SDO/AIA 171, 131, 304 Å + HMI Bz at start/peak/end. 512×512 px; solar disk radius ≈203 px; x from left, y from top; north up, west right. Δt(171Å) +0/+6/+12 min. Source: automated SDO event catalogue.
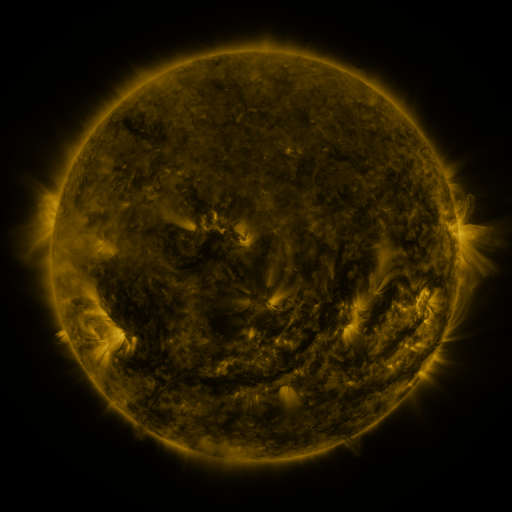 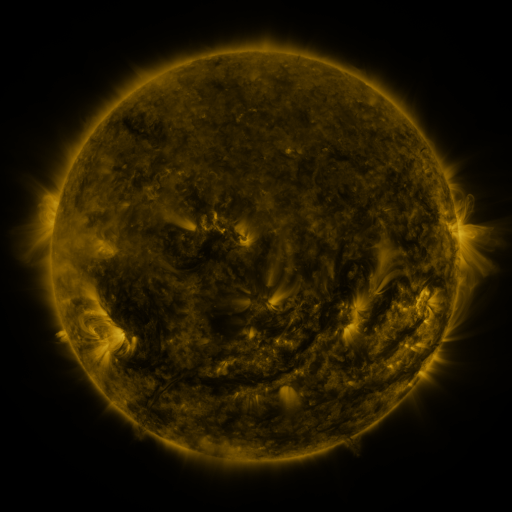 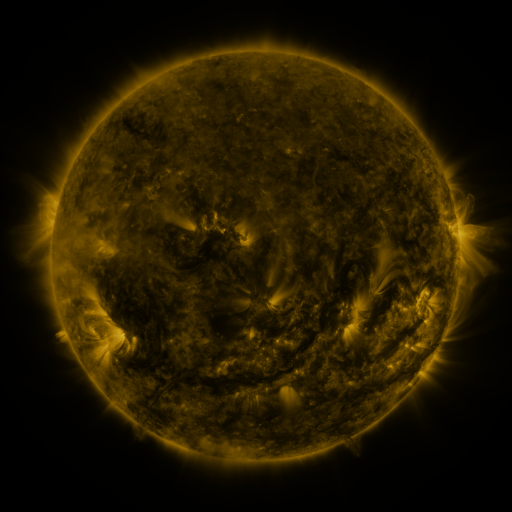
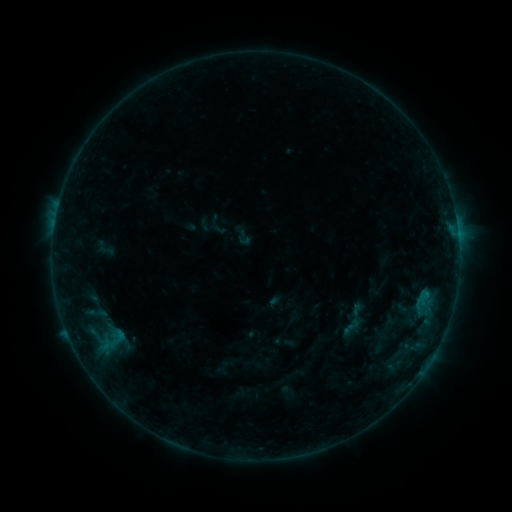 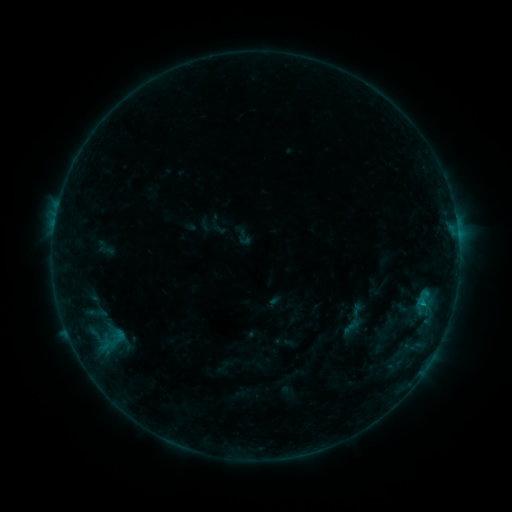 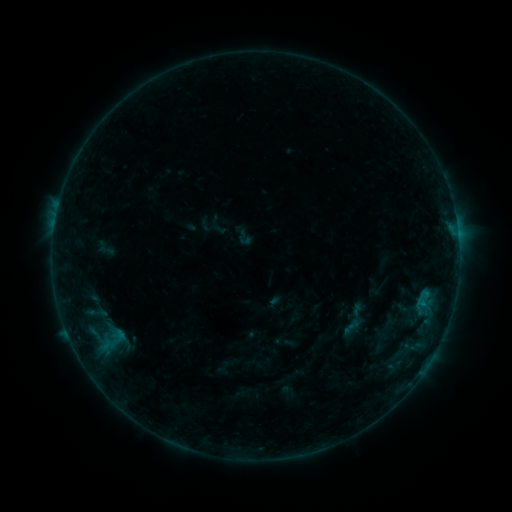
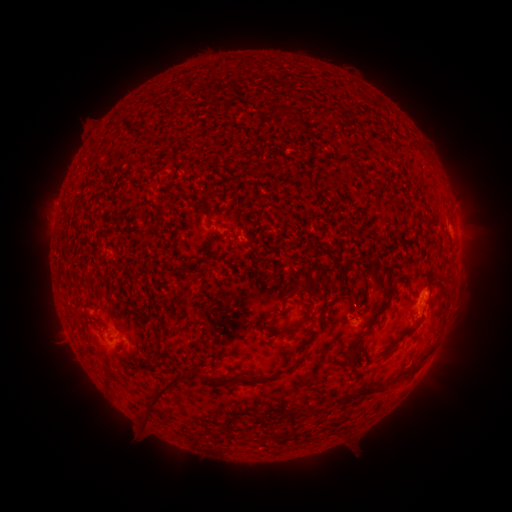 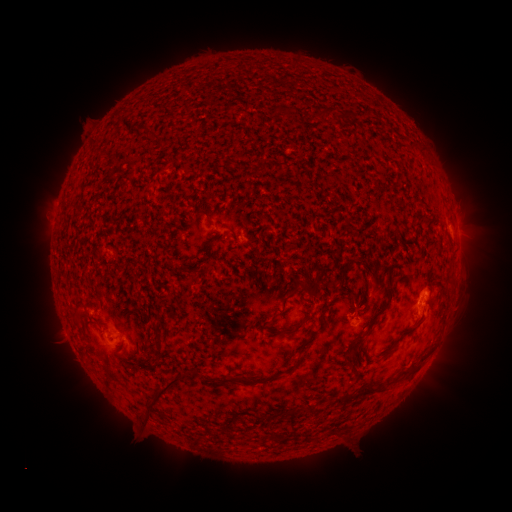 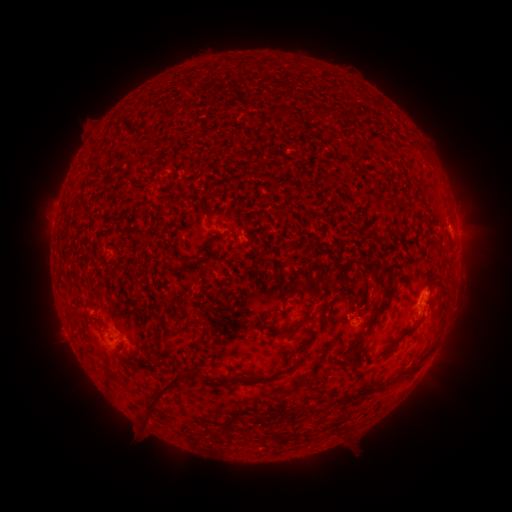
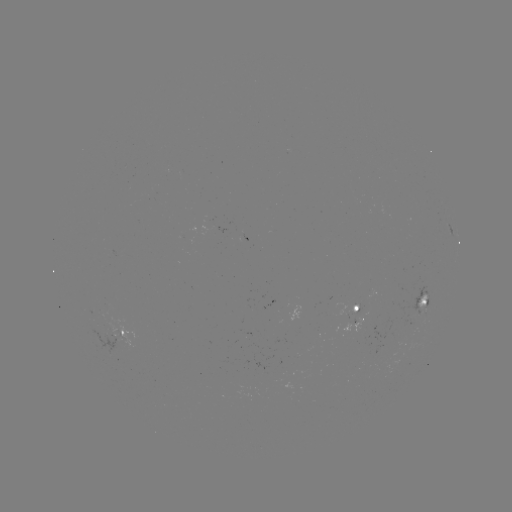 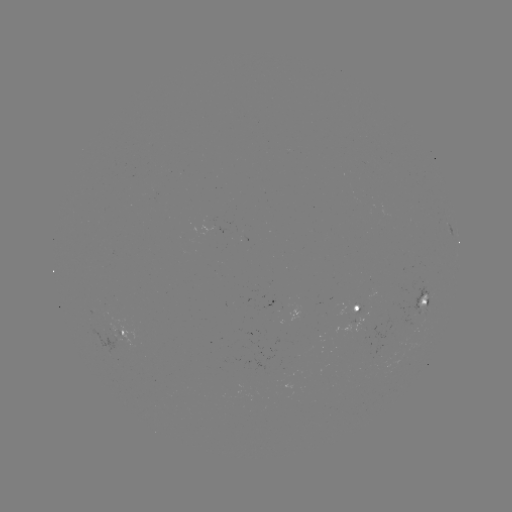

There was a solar flare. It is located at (421, 303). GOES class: B3.9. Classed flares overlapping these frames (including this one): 1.